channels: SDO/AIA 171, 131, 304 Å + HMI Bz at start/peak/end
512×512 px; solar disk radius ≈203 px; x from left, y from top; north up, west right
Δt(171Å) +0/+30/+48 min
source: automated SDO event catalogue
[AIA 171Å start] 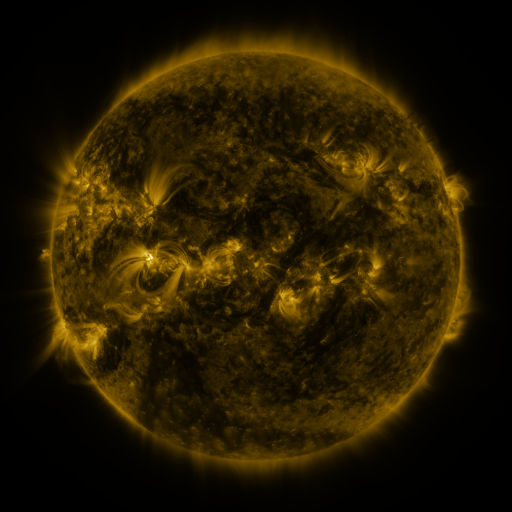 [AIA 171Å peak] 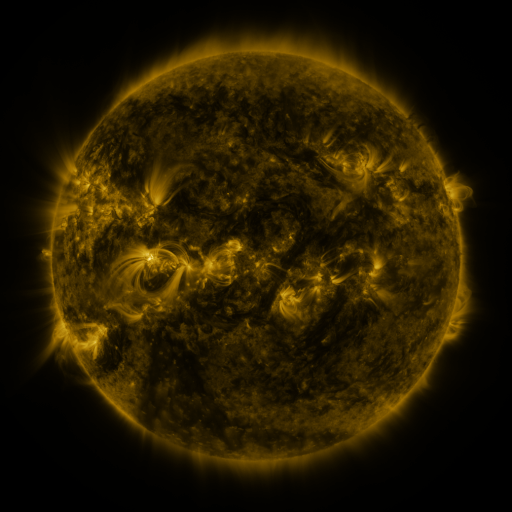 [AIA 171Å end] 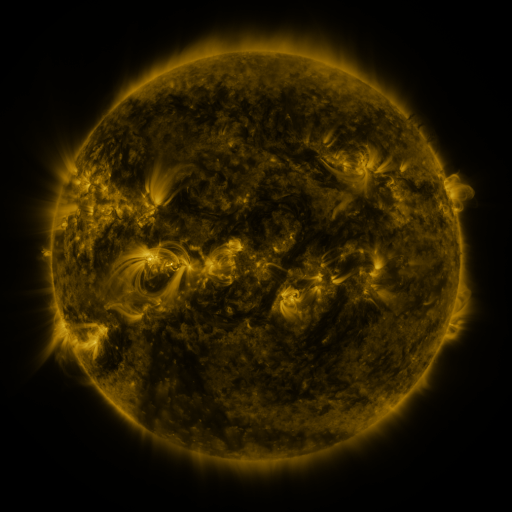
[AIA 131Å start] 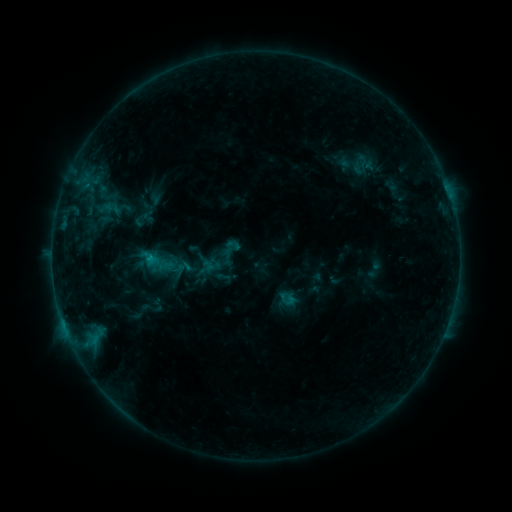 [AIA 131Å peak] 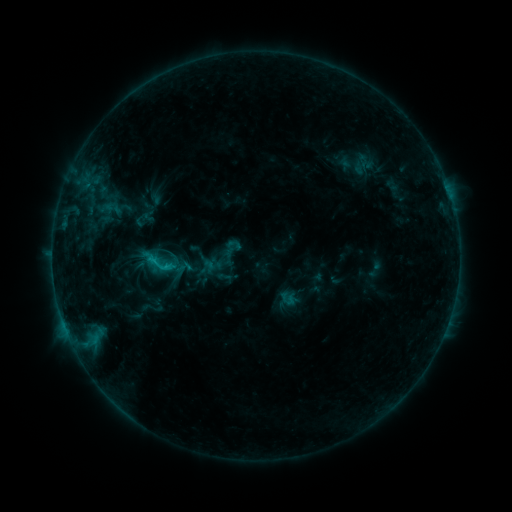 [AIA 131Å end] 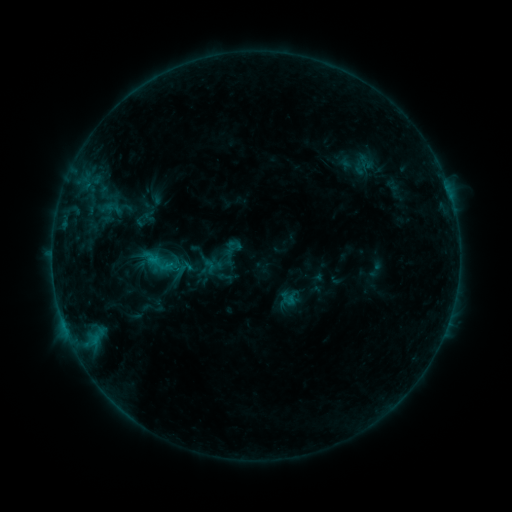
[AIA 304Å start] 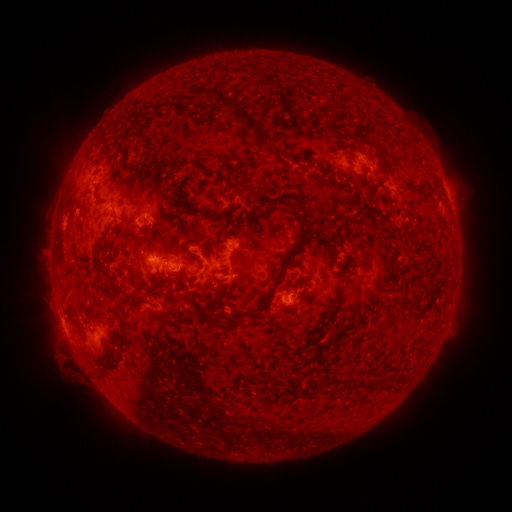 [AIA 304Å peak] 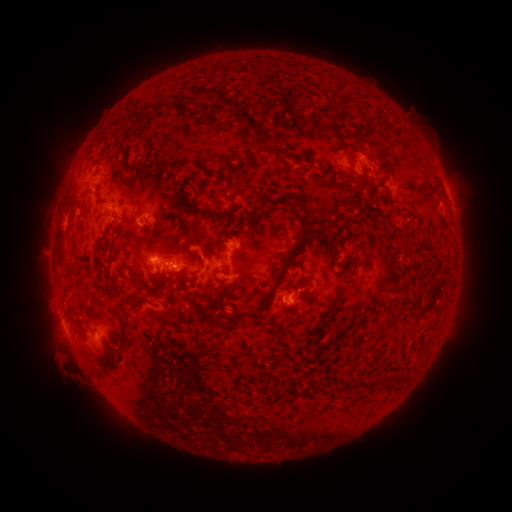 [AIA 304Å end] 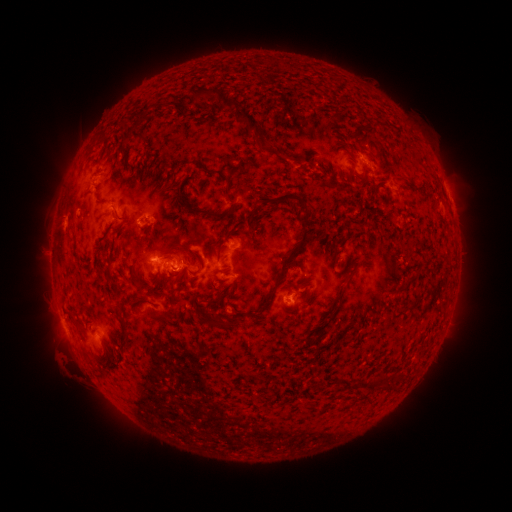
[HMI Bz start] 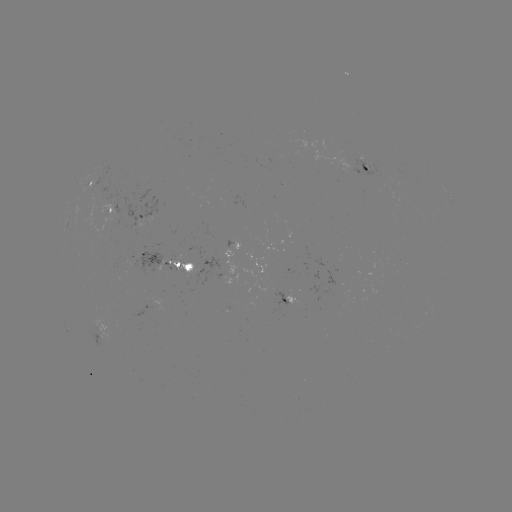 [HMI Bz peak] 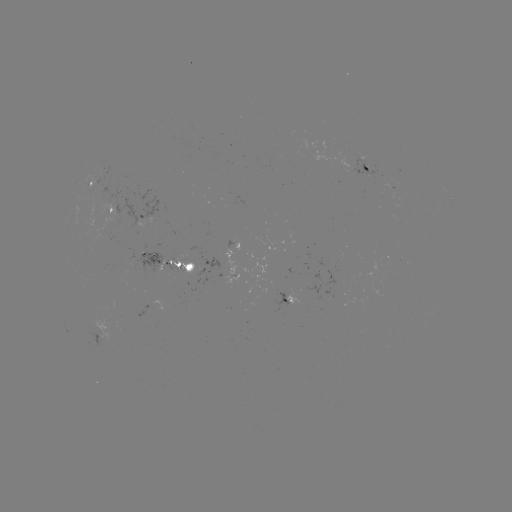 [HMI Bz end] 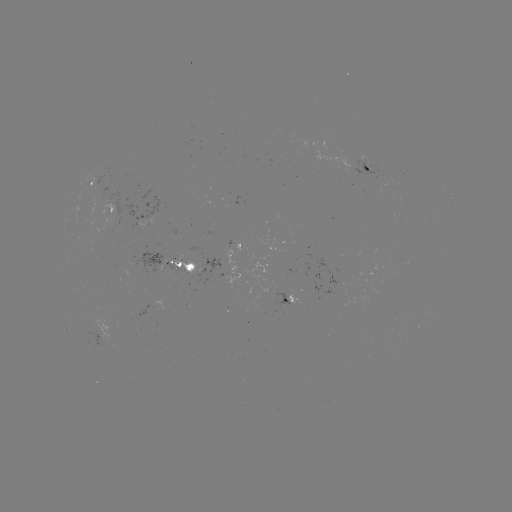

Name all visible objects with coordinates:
C1.0 flare: (167, 266)
